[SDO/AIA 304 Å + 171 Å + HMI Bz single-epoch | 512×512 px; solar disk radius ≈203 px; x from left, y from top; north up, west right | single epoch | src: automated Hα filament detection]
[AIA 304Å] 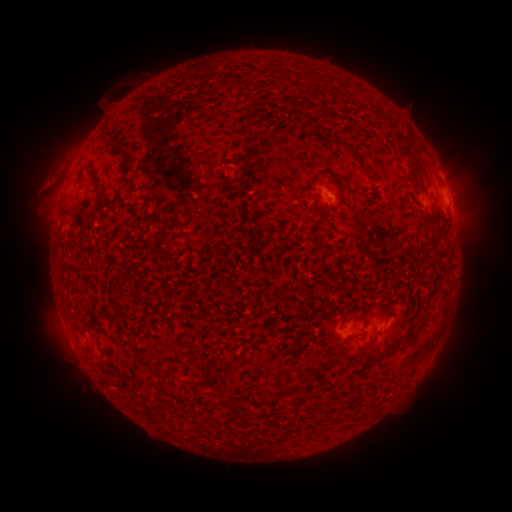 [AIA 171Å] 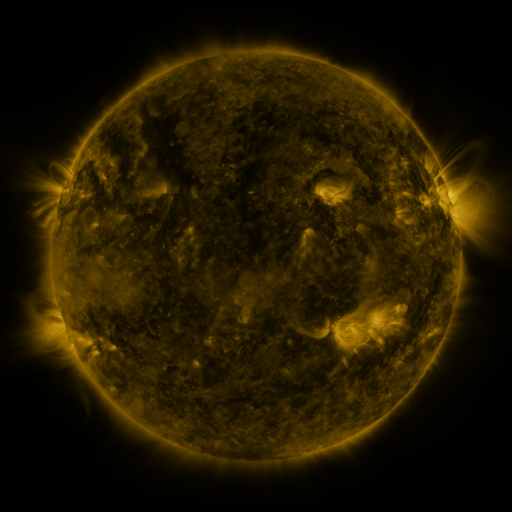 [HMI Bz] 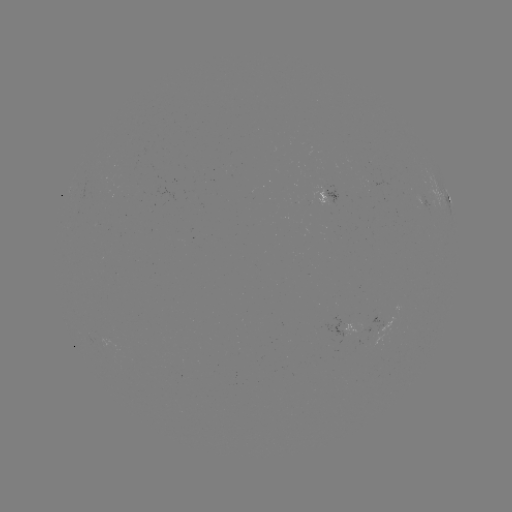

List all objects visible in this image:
filament: (250, 138)
filament: (341, 144)
filament: (407, 154)
filament: (364, 170)
filament: (97, 185)
filament: (448, 224)
filament: (398, 349)
filament: (159, 388)
filament: (283, 392)
filament: (370, 407)
